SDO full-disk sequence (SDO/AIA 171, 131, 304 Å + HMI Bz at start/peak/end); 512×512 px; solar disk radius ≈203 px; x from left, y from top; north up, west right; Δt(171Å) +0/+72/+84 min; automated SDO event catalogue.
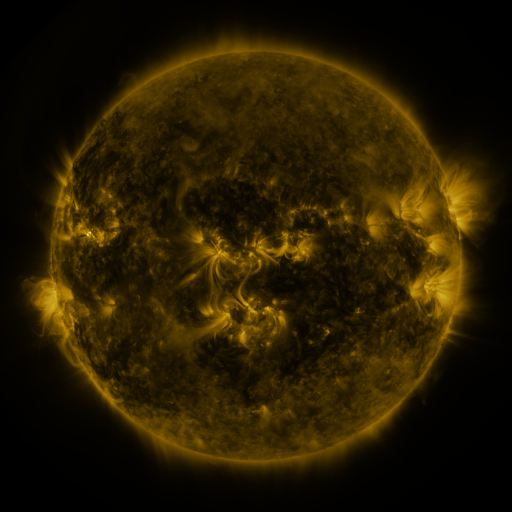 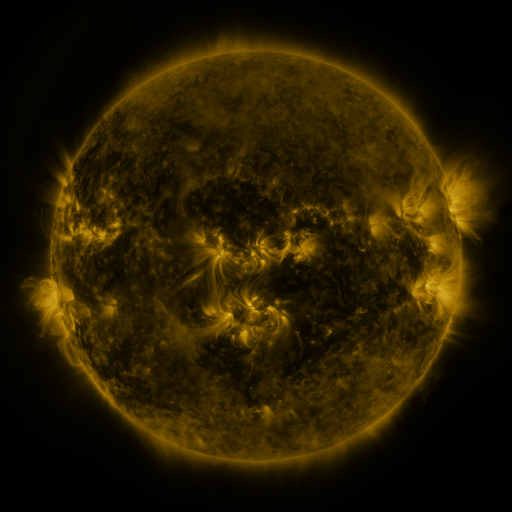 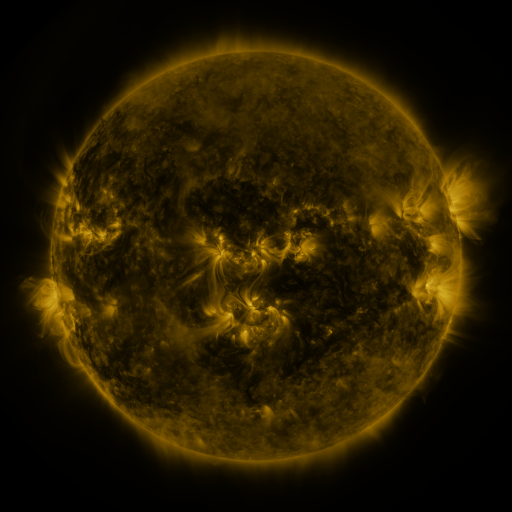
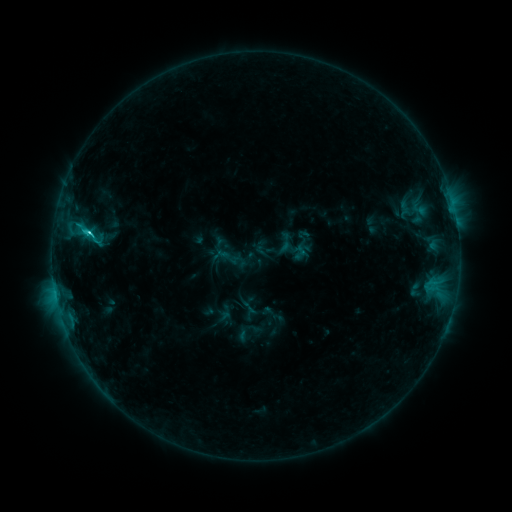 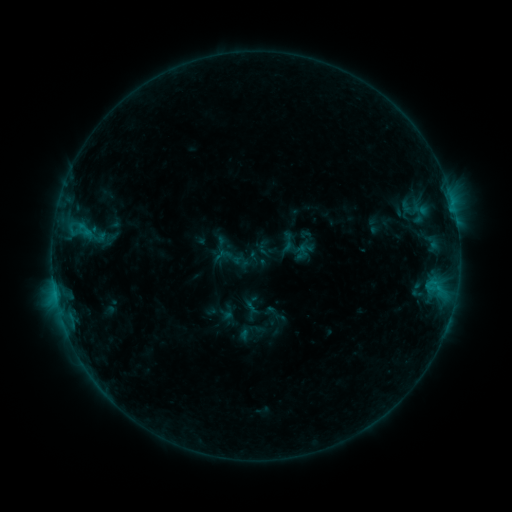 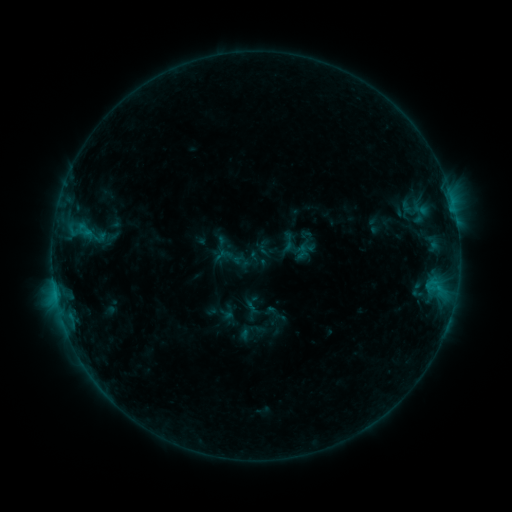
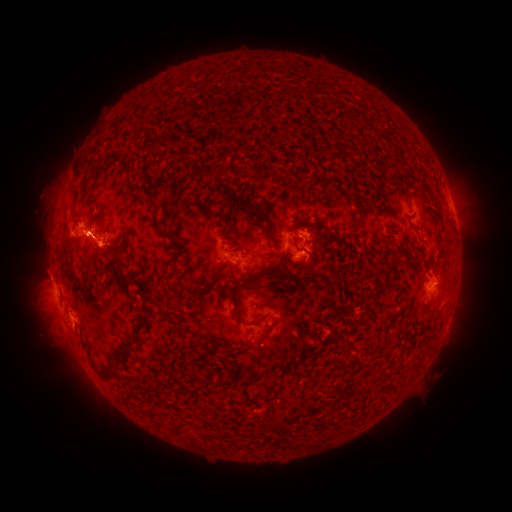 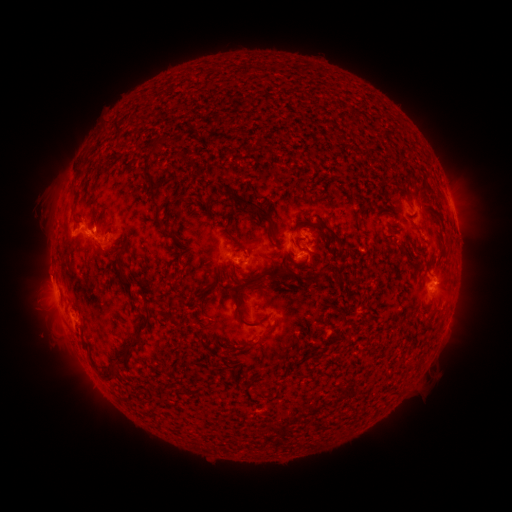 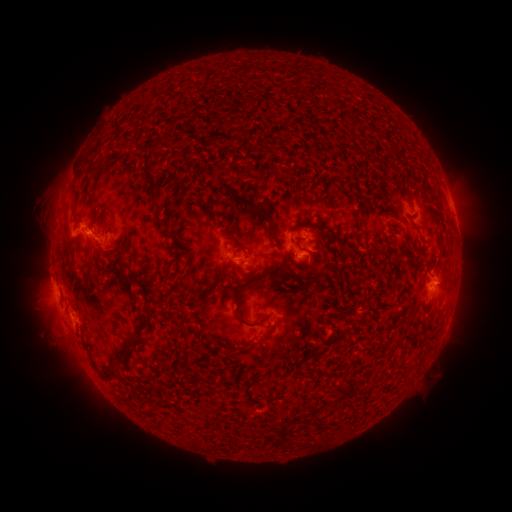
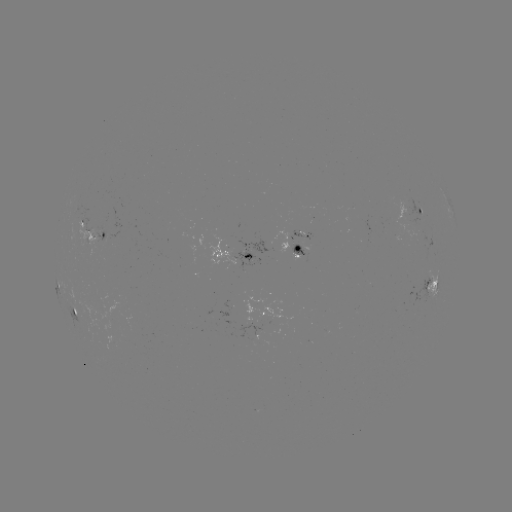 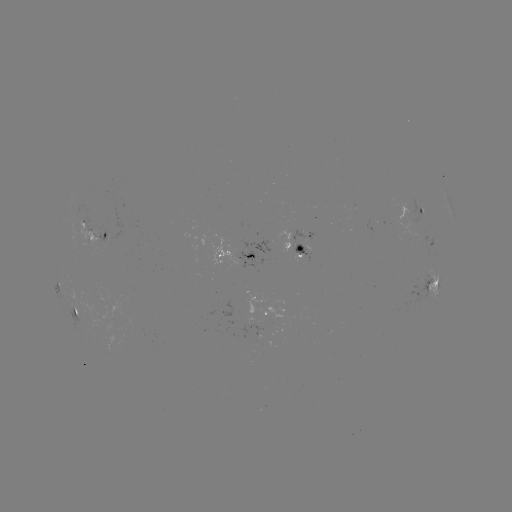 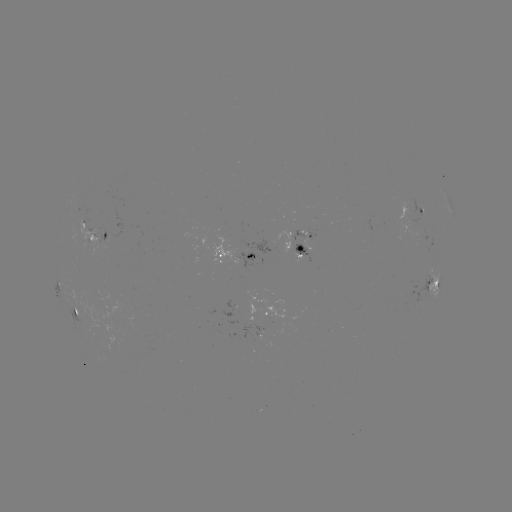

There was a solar emerging-flux region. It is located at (412, 215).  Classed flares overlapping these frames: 1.